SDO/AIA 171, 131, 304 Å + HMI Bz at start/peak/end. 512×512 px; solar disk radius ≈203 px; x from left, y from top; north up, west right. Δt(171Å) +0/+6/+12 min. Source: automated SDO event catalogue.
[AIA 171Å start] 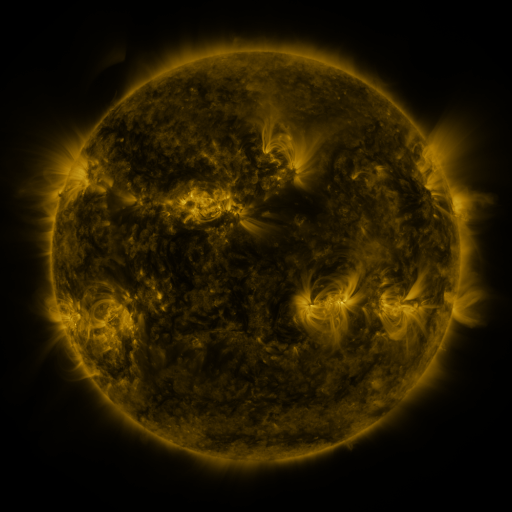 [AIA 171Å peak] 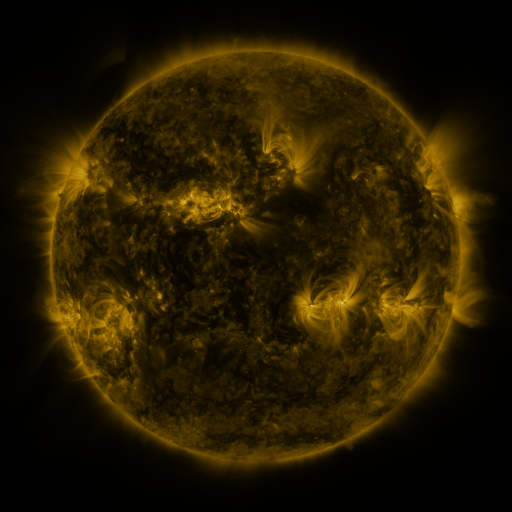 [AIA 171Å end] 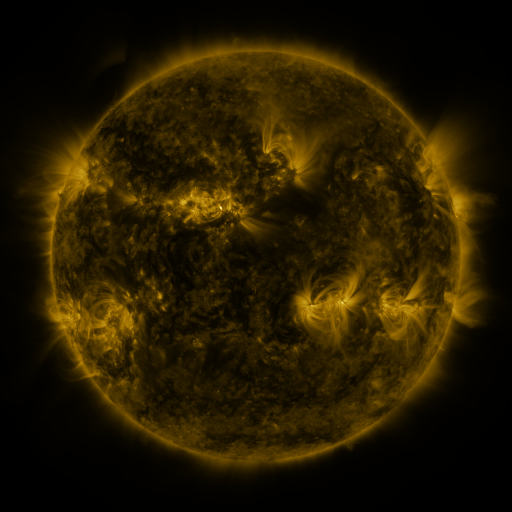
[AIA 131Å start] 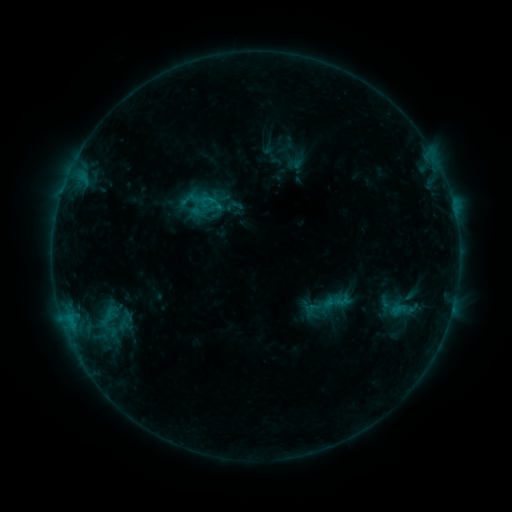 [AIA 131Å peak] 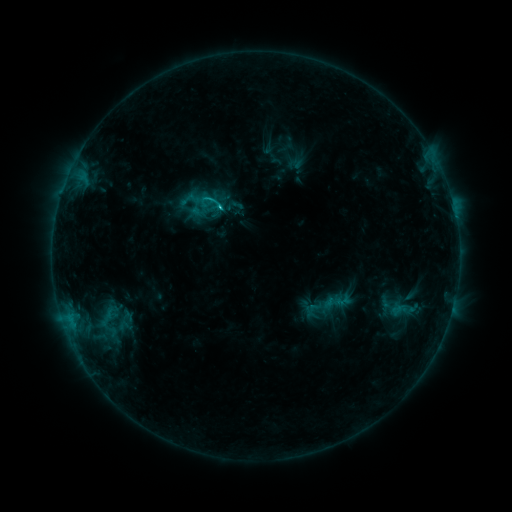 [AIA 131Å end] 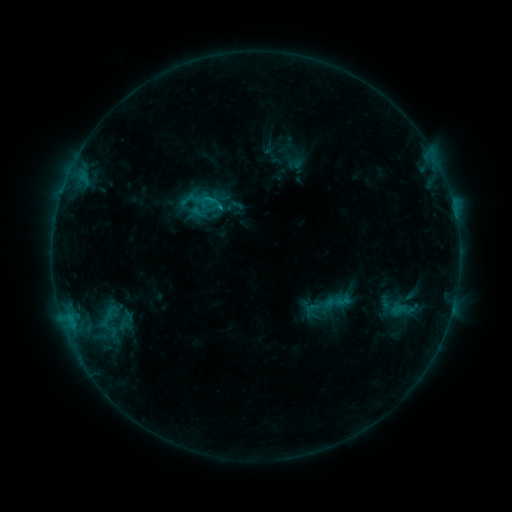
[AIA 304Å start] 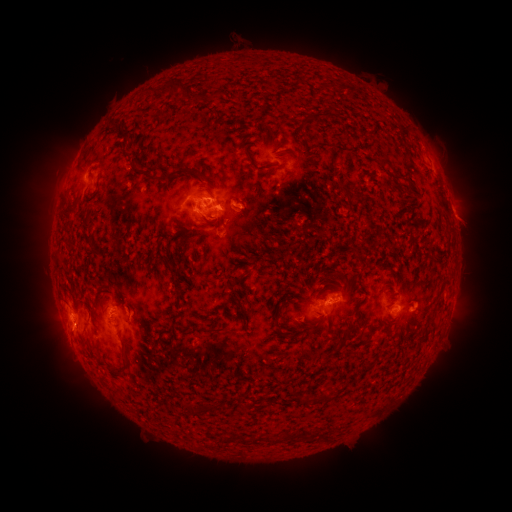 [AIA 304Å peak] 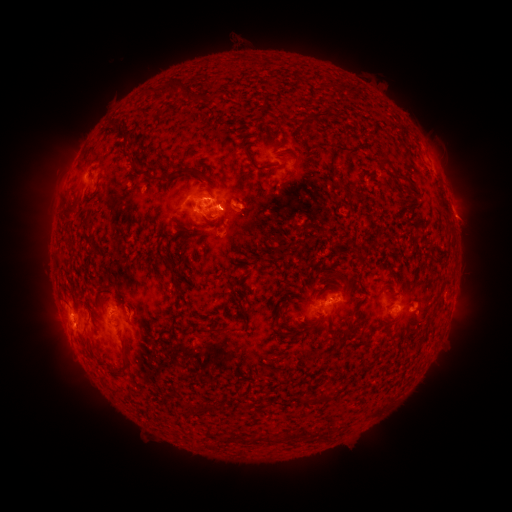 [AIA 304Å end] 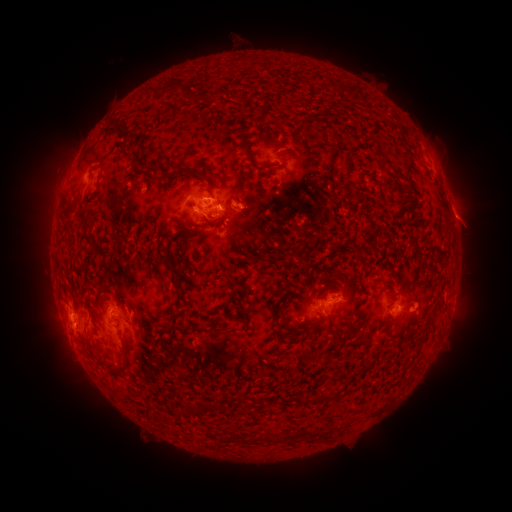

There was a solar flare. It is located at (221, 209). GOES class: C1.3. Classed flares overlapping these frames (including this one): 1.